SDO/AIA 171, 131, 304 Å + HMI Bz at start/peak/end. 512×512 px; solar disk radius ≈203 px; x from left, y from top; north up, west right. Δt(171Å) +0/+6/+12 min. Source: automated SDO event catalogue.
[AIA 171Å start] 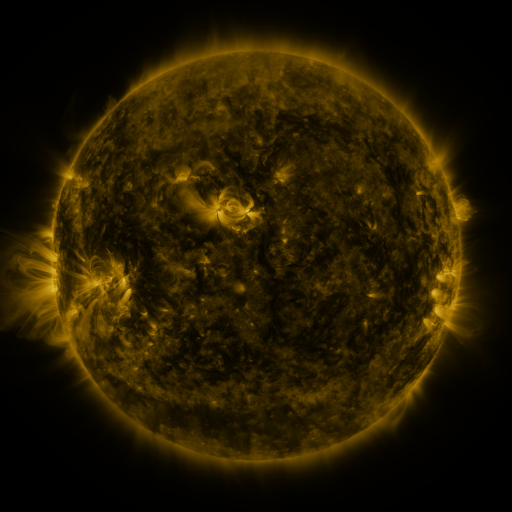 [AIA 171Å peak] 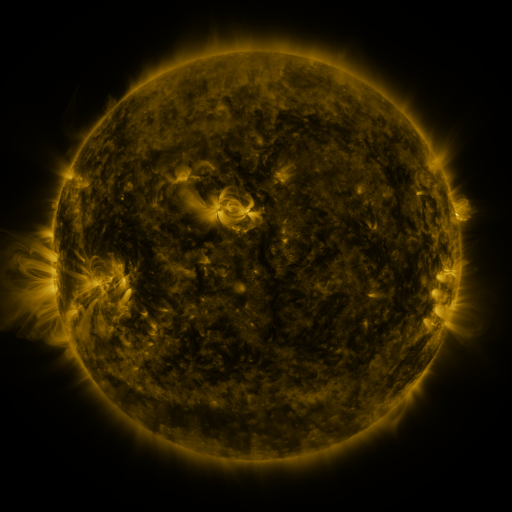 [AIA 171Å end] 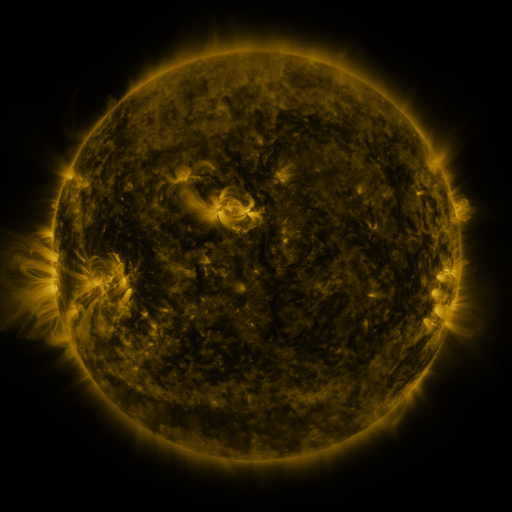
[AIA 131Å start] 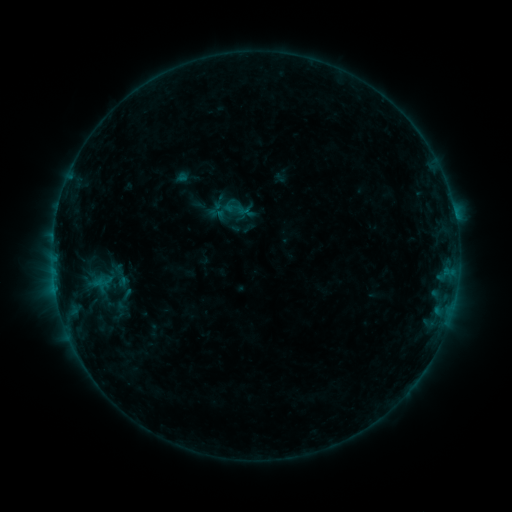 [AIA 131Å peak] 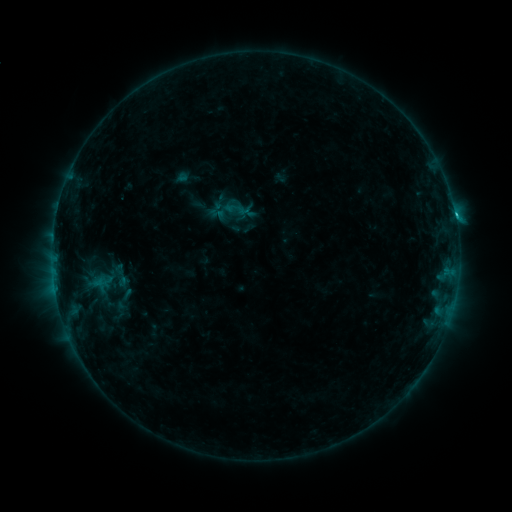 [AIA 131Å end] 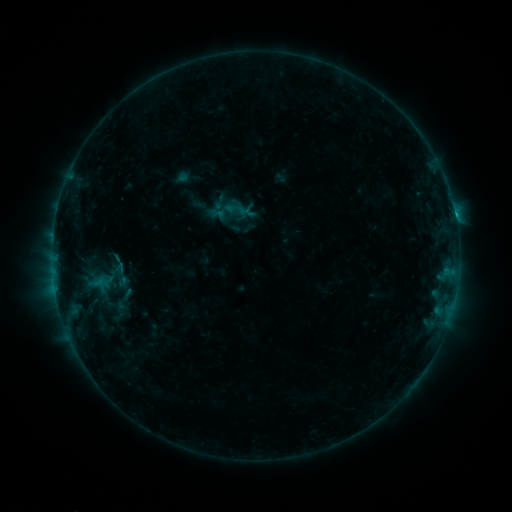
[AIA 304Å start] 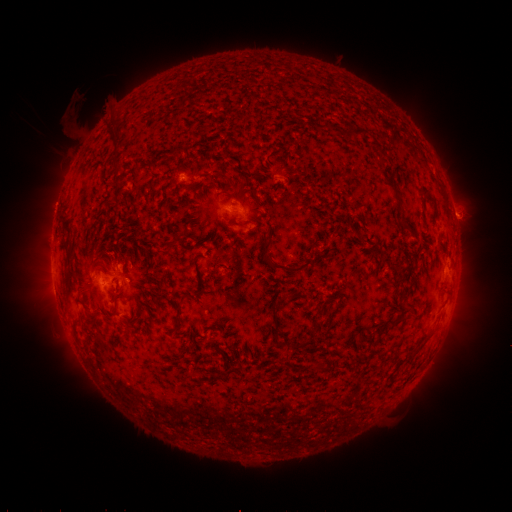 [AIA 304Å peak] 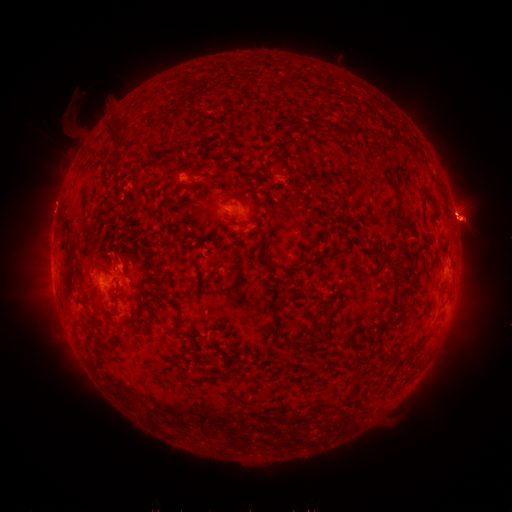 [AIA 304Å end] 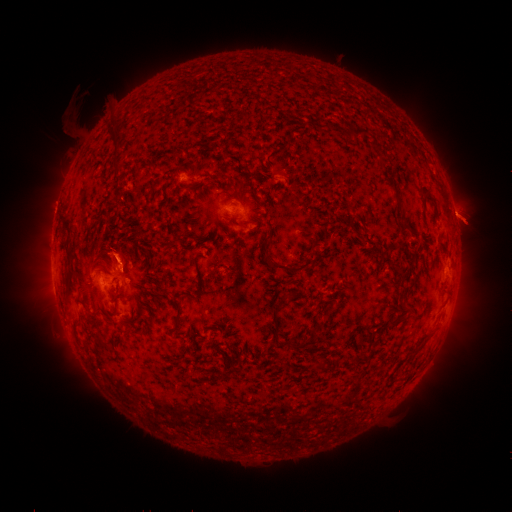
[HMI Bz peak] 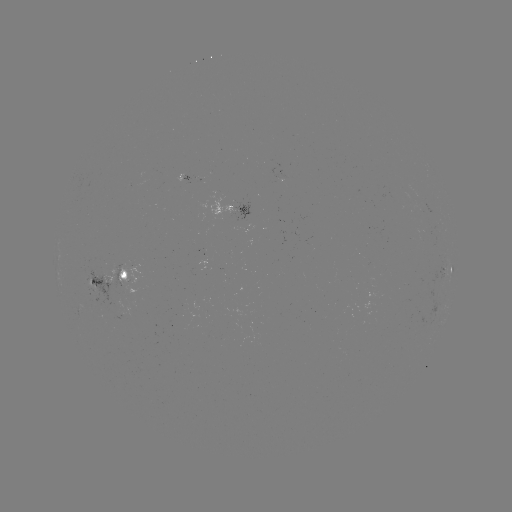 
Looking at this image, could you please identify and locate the eruption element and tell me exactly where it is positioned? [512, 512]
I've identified eruption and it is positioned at [466, 219].